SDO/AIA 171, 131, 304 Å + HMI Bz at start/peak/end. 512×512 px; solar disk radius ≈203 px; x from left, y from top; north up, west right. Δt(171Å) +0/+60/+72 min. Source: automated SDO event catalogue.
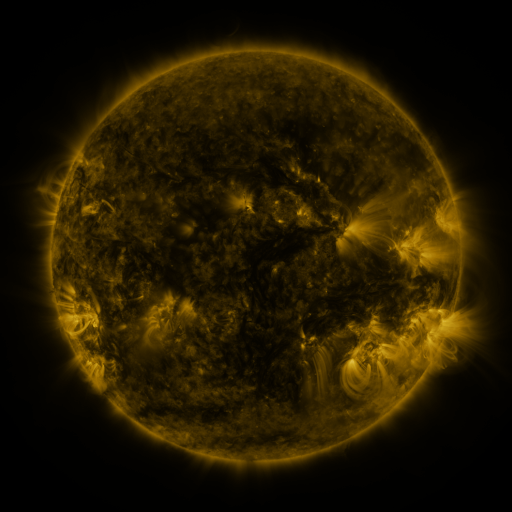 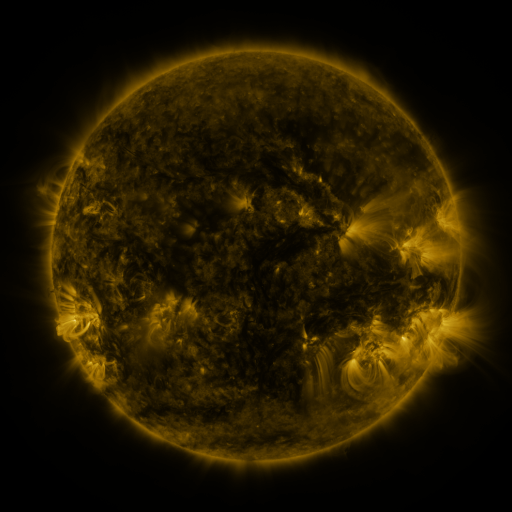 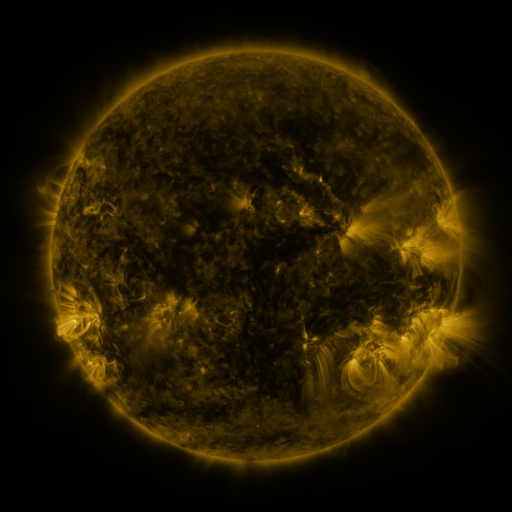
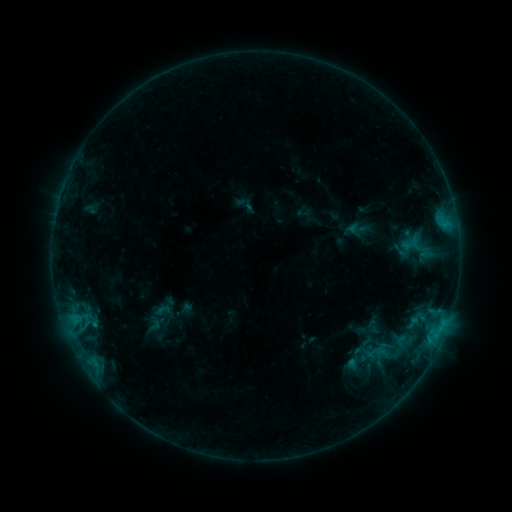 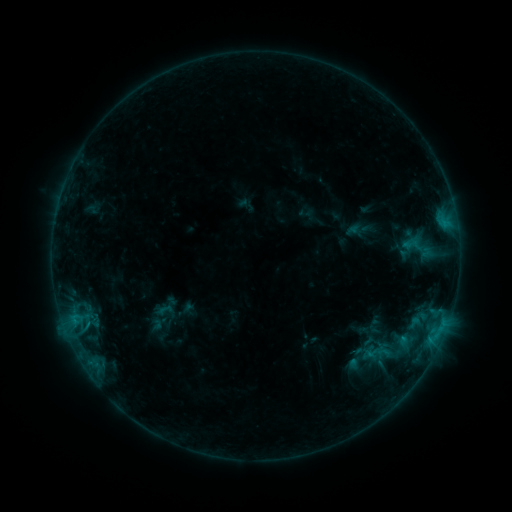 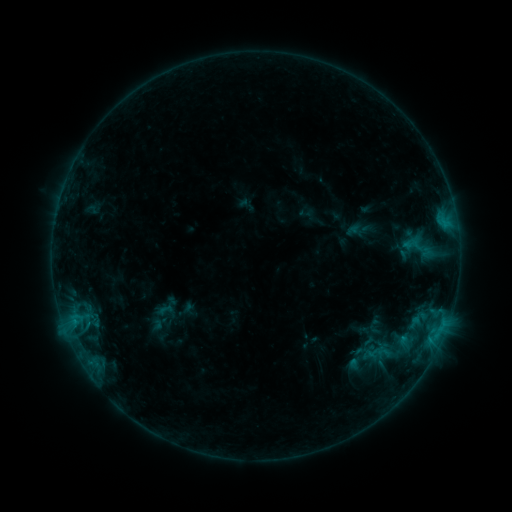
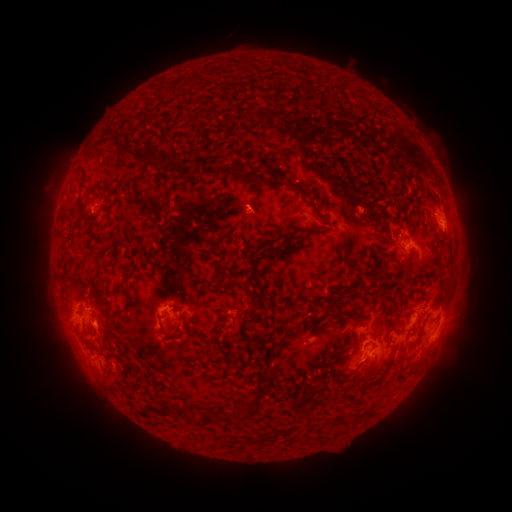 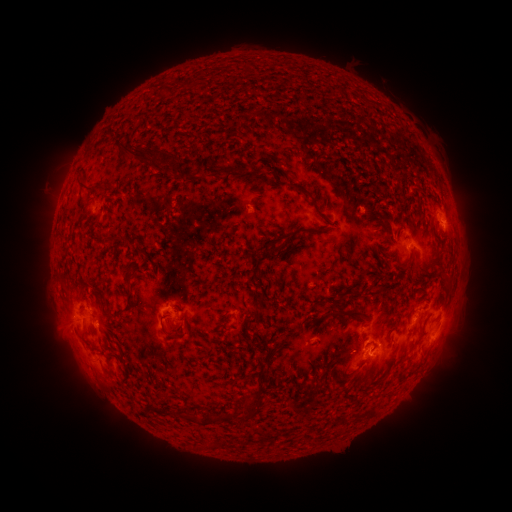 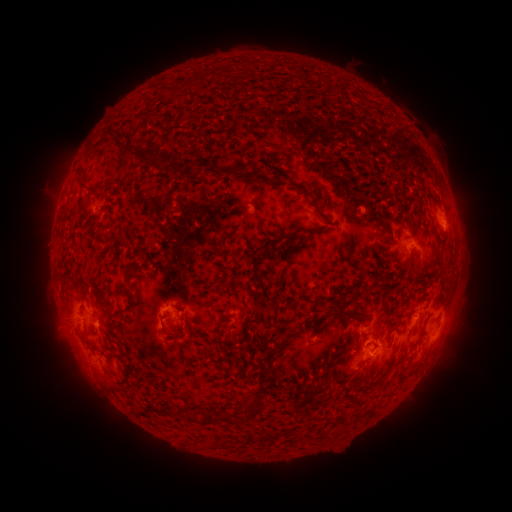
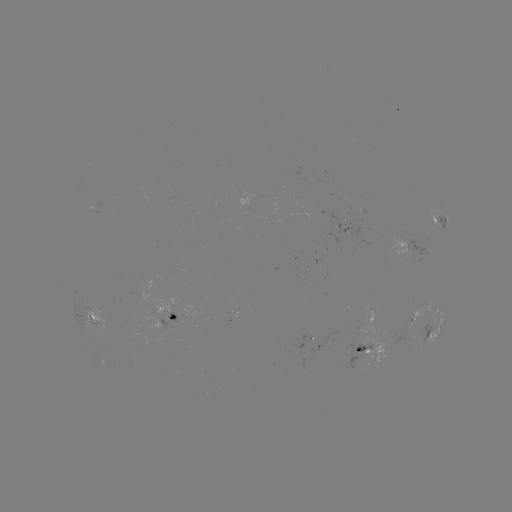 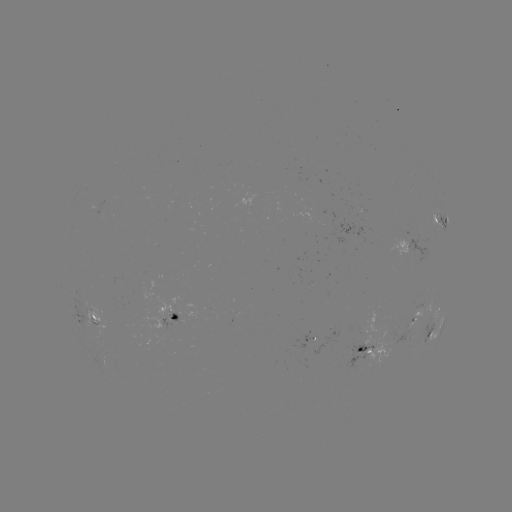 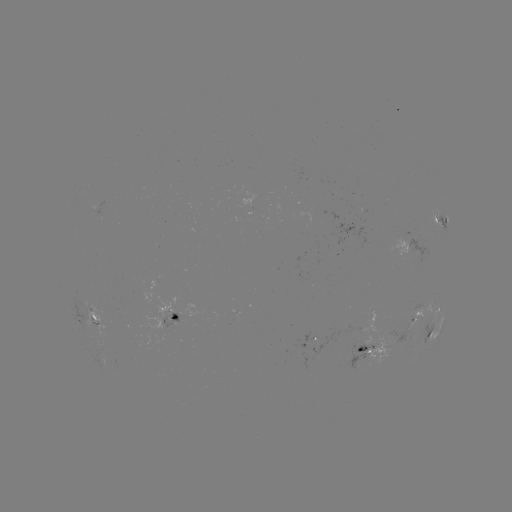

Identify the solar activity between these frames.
emerging-flux region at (96, 318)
